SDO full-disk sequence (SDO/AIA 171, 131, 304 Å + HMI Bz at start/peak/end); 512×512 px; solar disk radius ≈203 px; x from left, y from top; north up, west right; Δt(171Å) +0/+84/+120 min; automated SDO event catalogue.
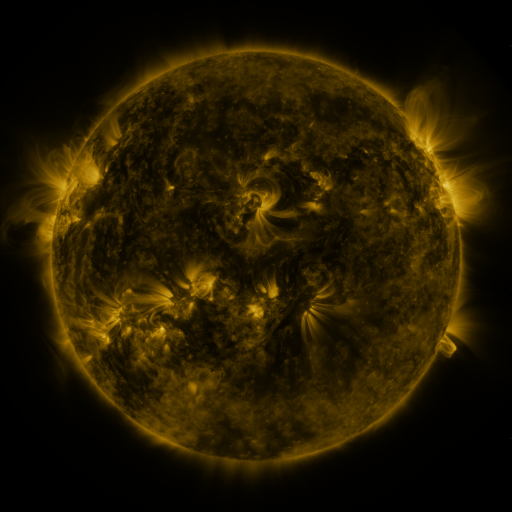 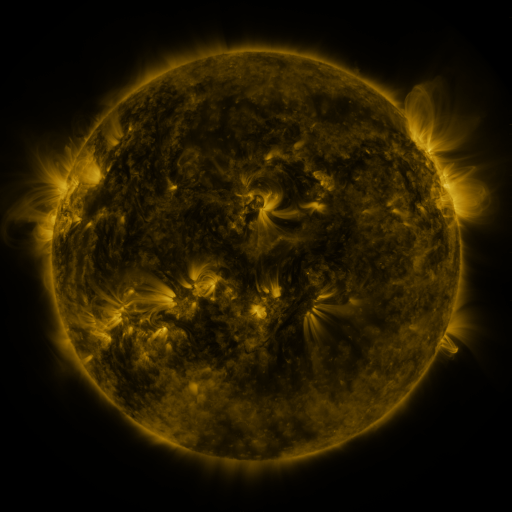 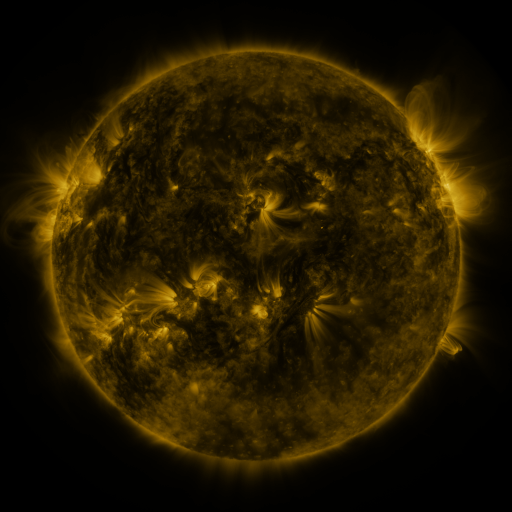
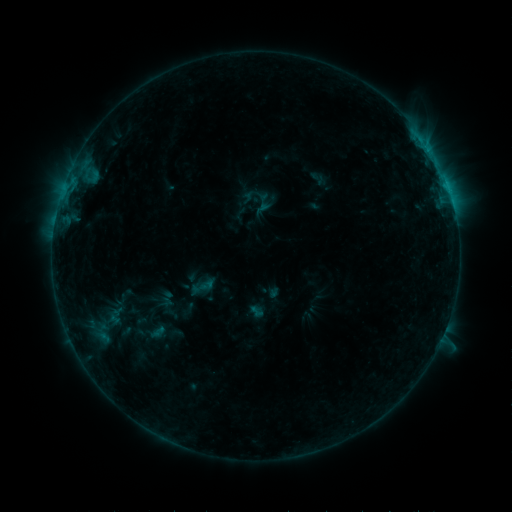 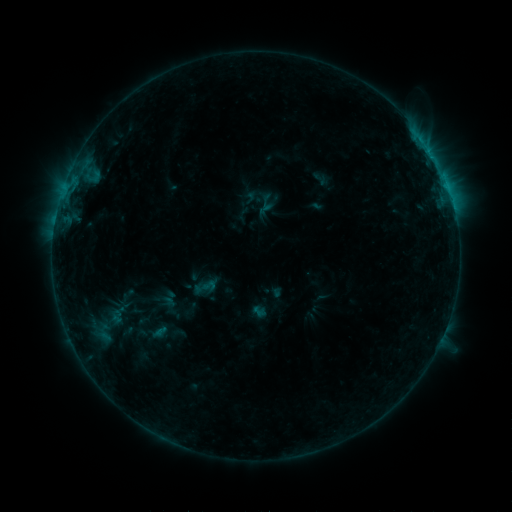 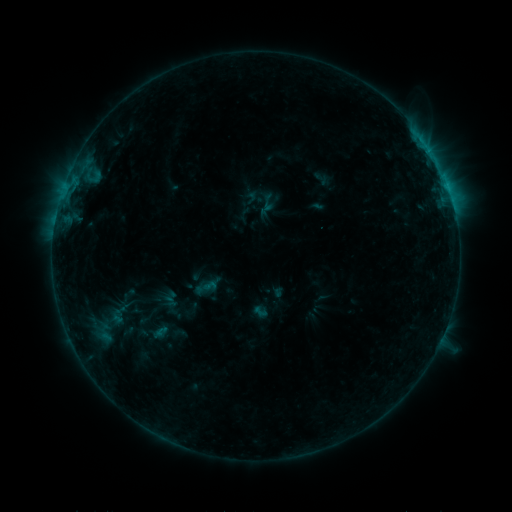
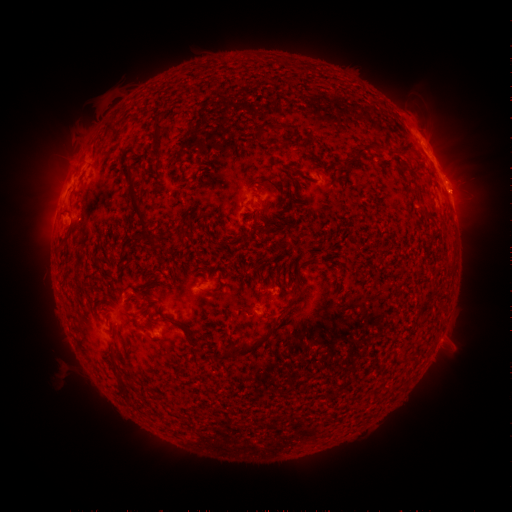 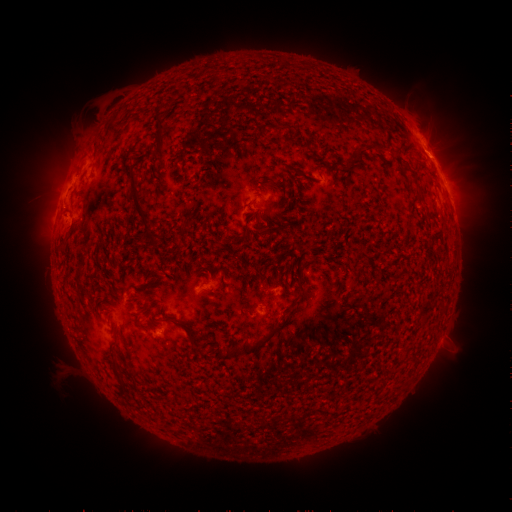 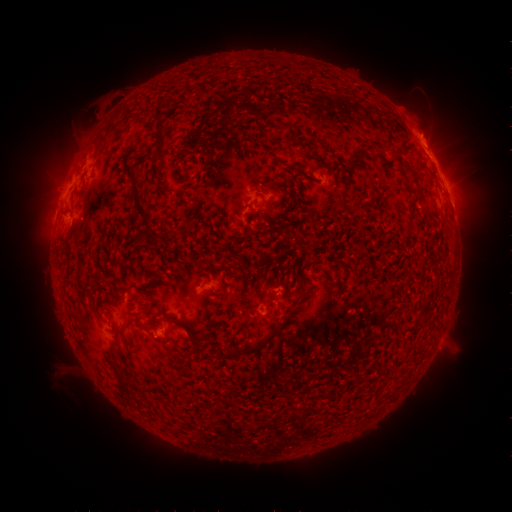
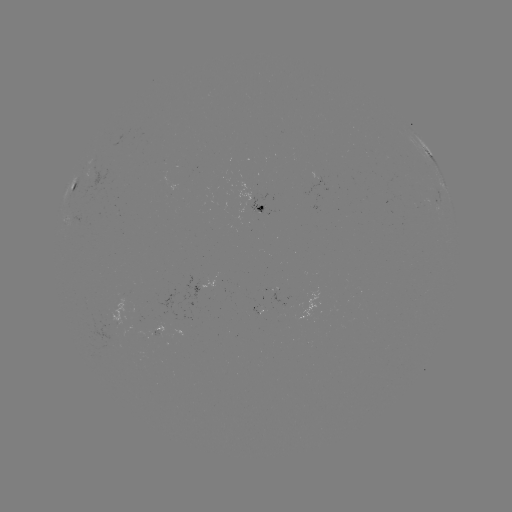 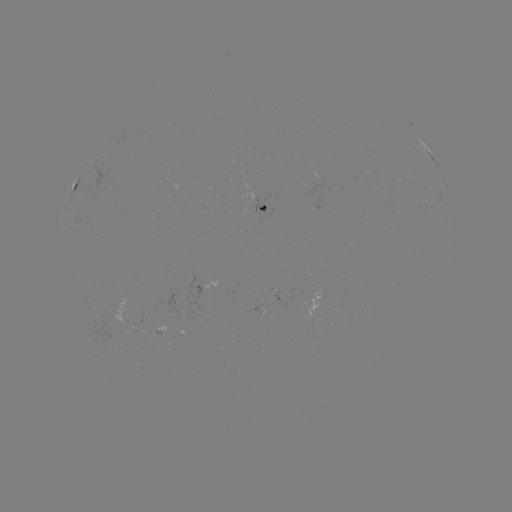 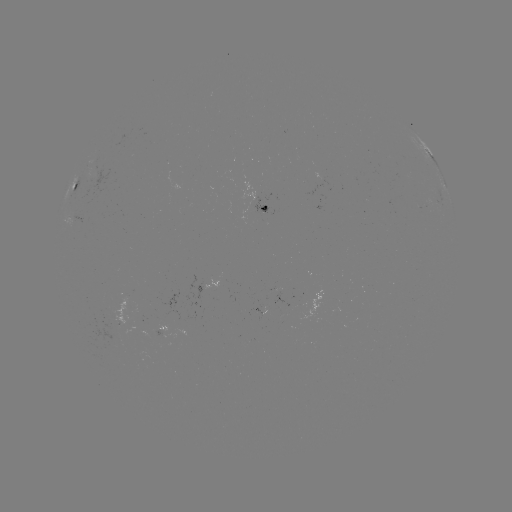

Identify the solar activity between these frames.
emerging-flux region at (155, 333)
